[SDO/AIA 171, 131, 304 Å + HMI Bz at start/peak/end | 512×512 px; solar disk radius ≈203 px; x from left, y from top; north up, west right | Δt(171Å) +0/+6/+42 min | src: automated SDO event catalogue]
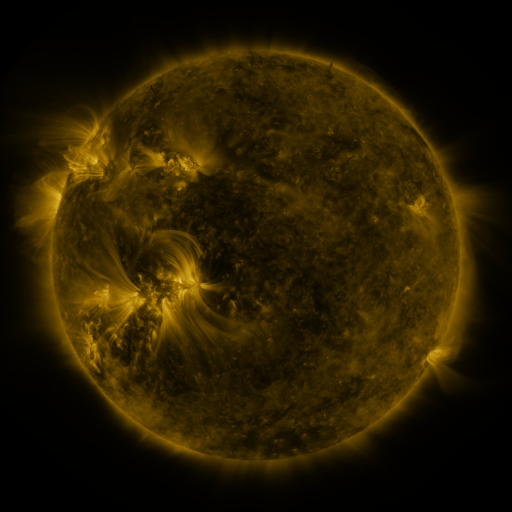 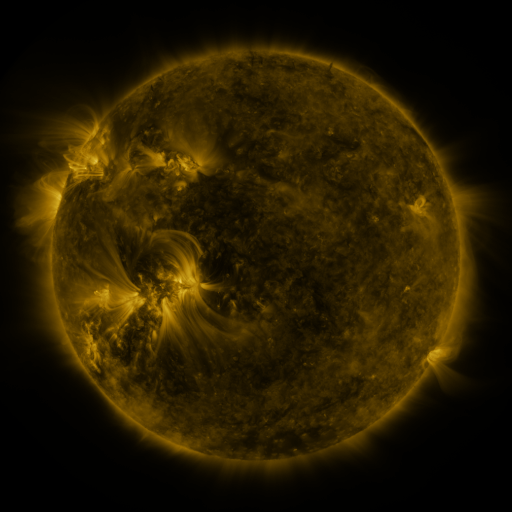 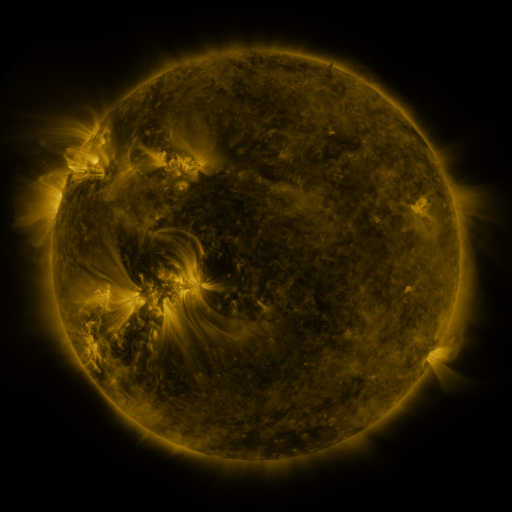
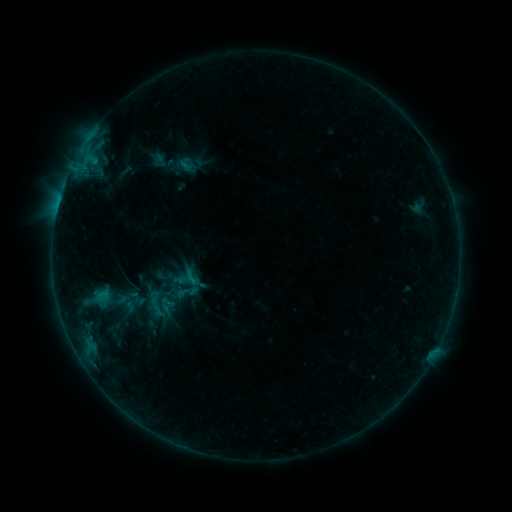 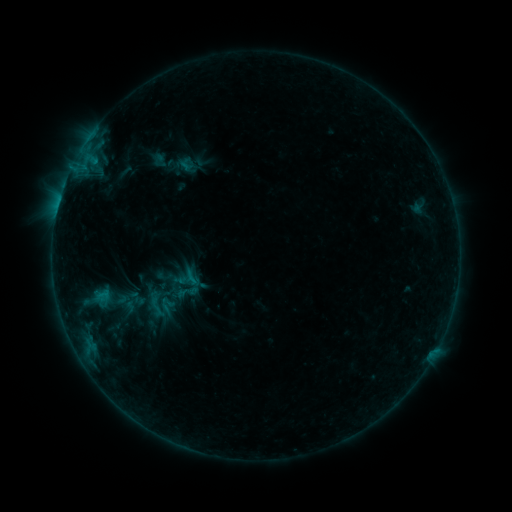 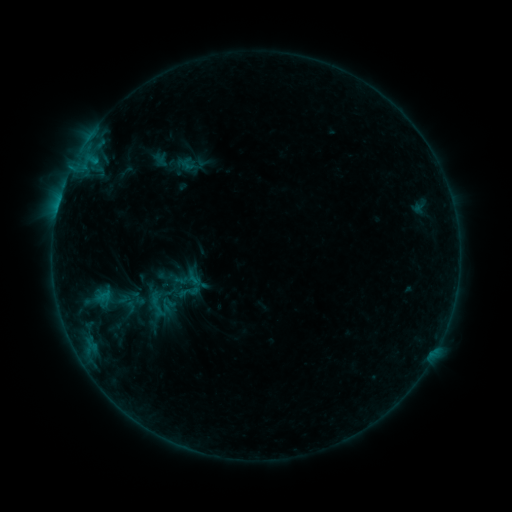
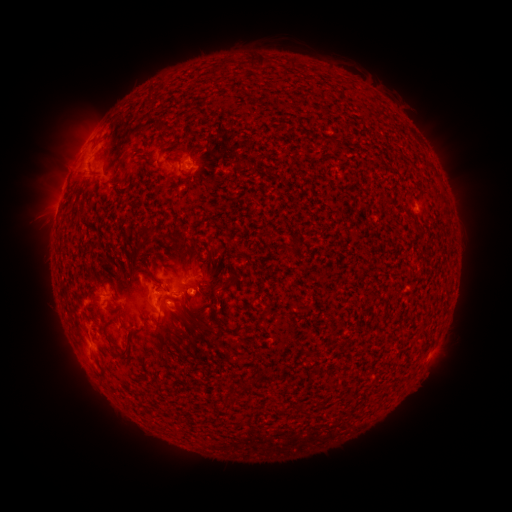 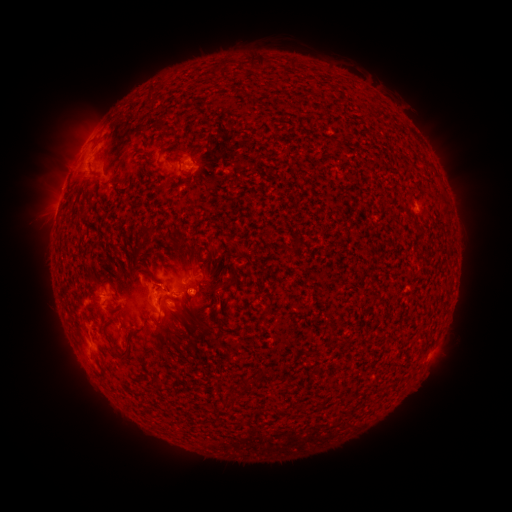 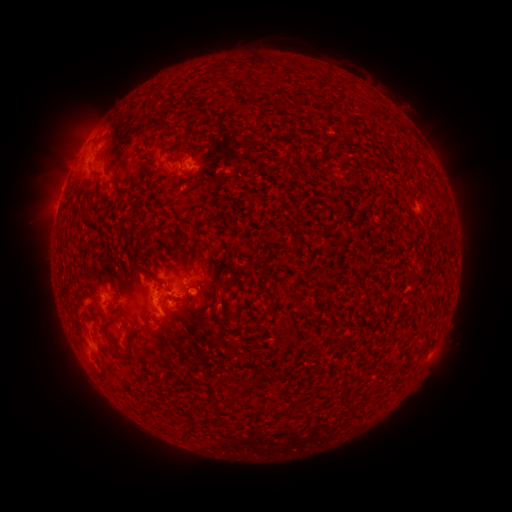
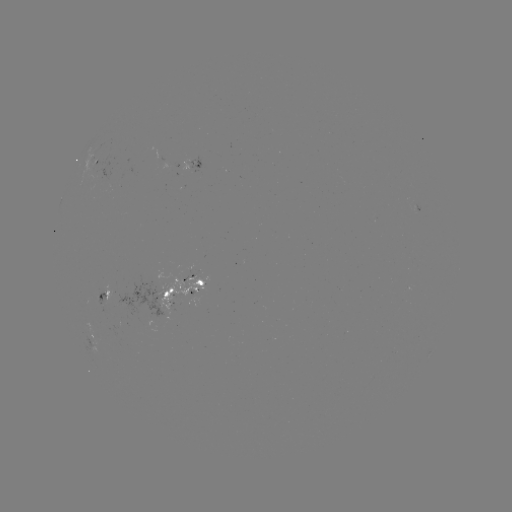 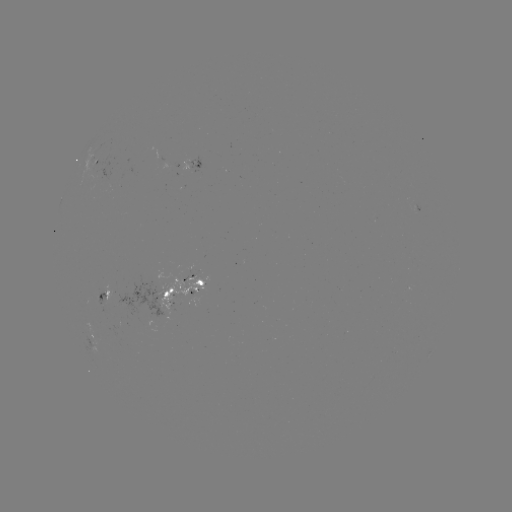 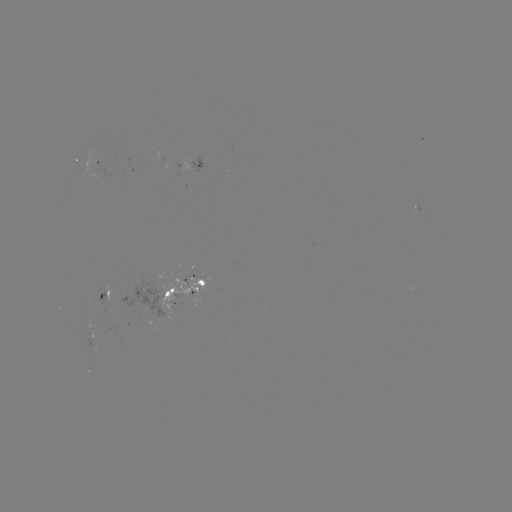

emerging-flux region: [410, 199, 421, 212]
